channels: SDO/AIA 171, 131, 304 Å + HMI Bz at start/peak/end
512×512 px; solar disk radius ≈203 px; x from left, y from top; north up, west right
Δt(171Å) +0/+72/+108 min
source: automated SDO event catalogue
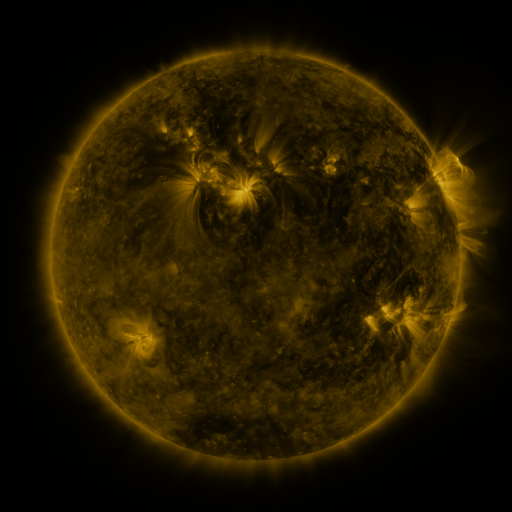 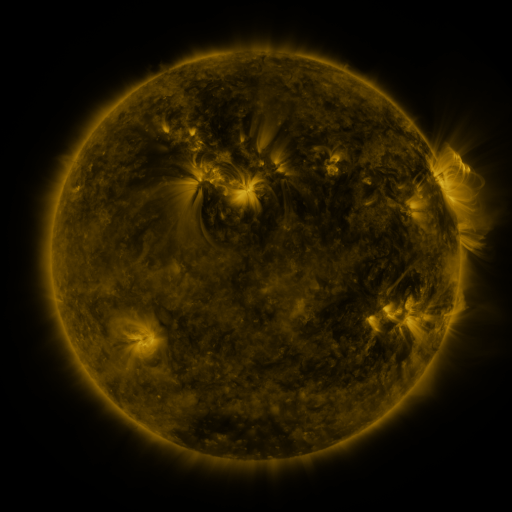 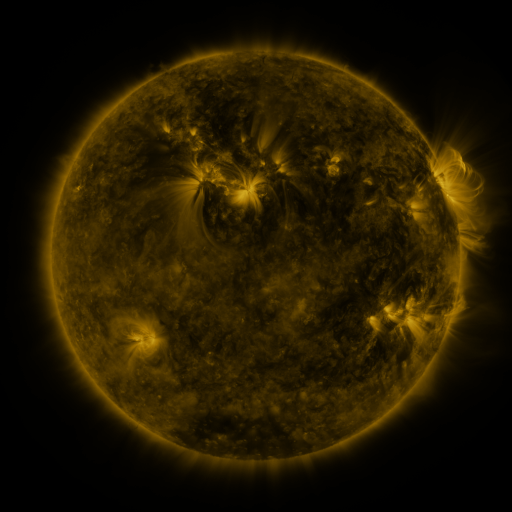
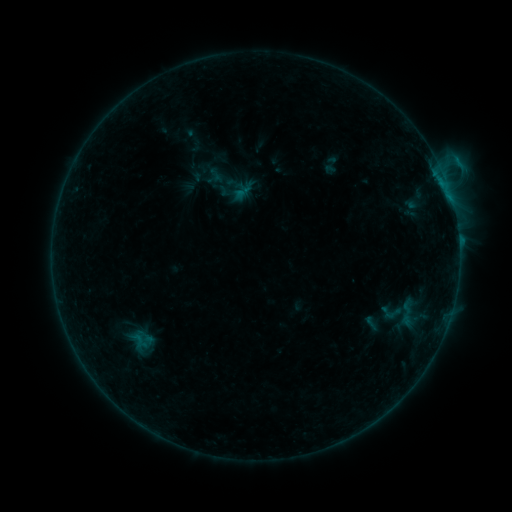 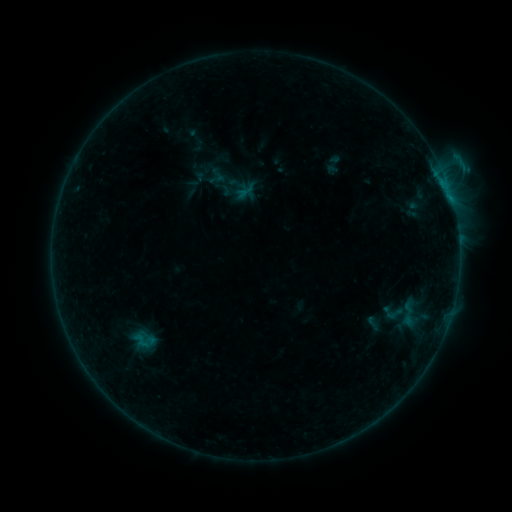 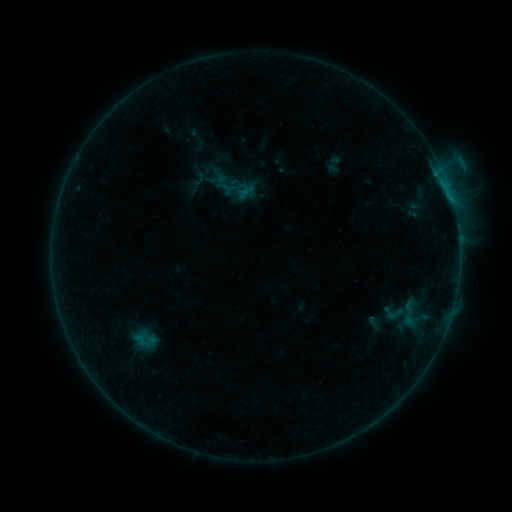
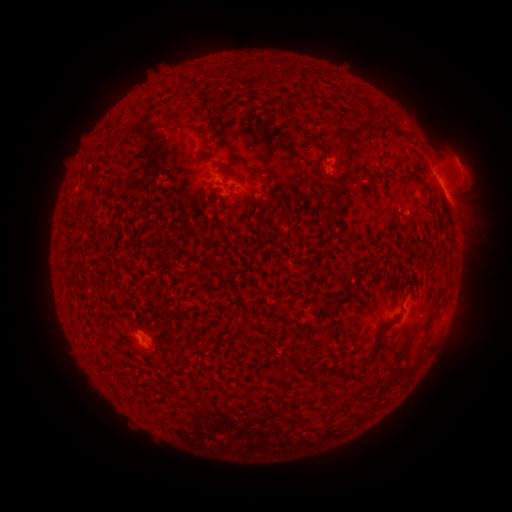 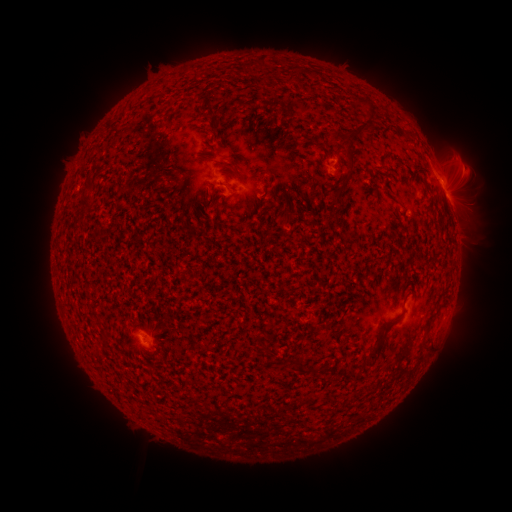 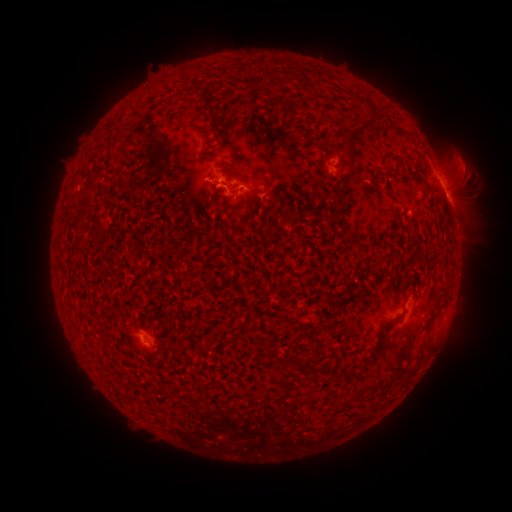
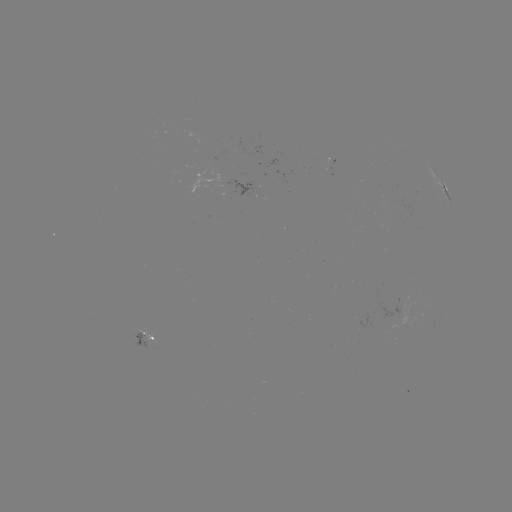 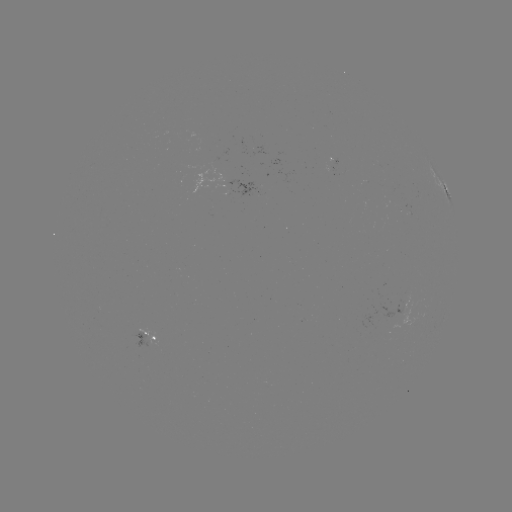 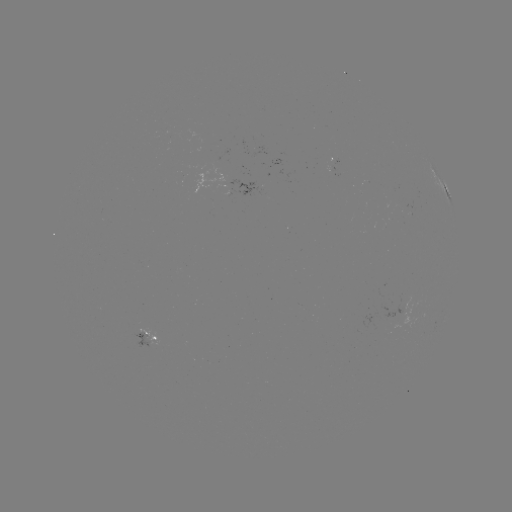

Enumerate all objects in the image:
emerging-flux region: (332, 163)
